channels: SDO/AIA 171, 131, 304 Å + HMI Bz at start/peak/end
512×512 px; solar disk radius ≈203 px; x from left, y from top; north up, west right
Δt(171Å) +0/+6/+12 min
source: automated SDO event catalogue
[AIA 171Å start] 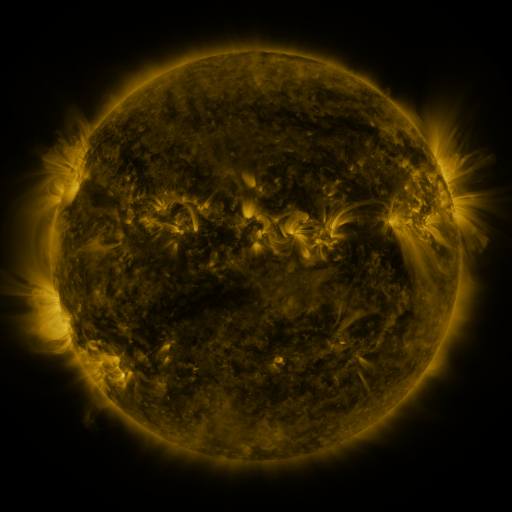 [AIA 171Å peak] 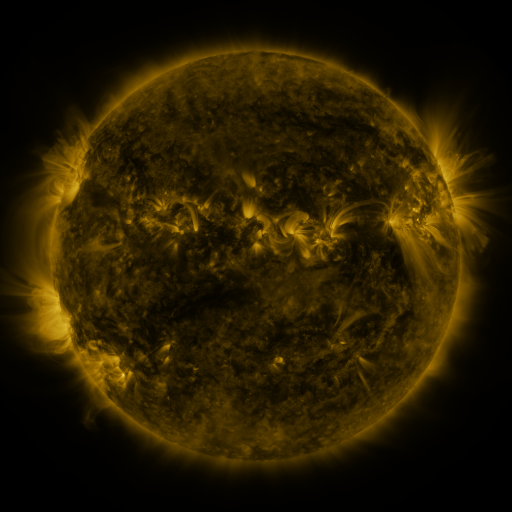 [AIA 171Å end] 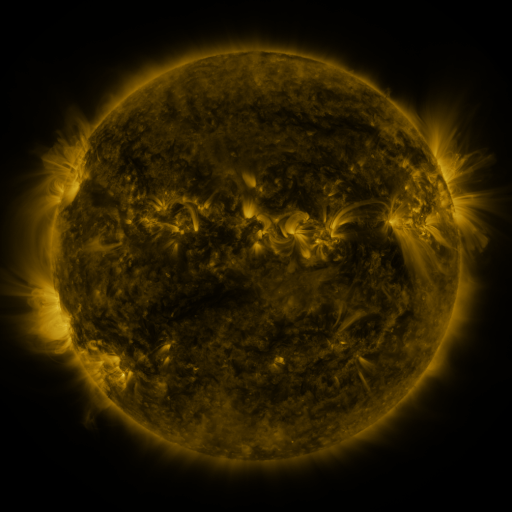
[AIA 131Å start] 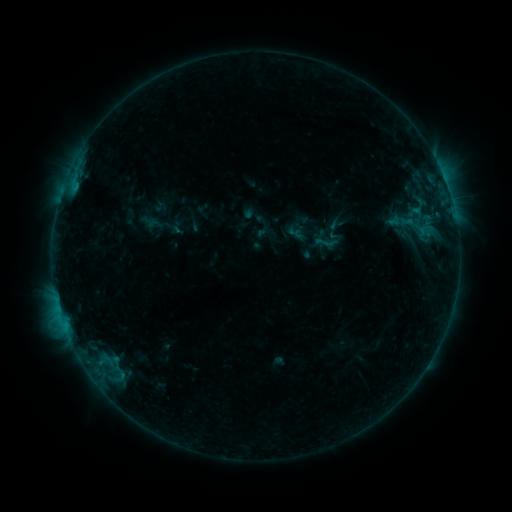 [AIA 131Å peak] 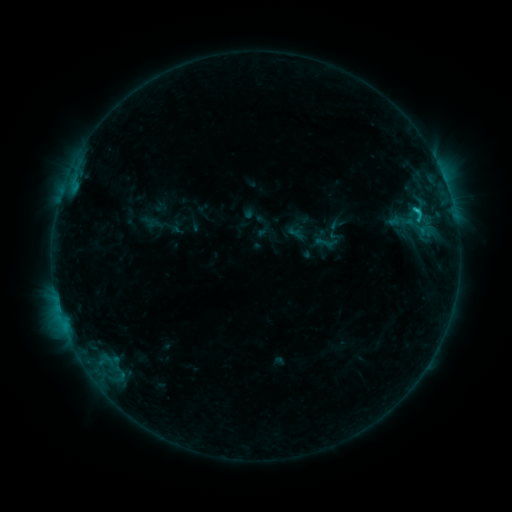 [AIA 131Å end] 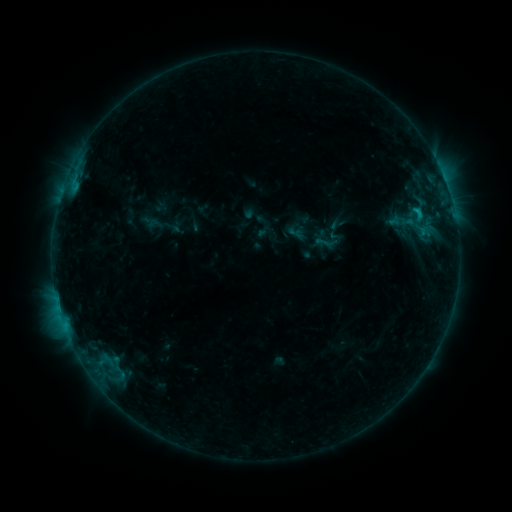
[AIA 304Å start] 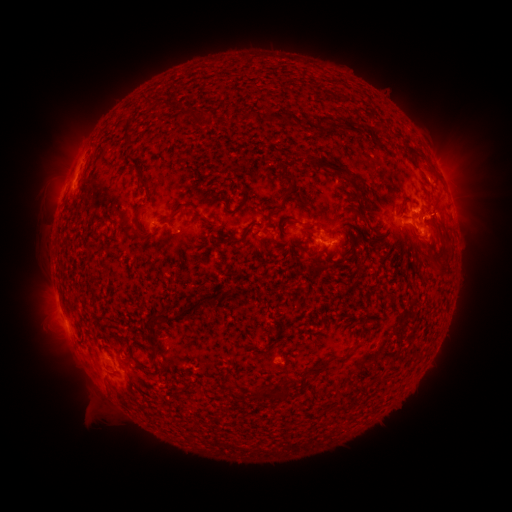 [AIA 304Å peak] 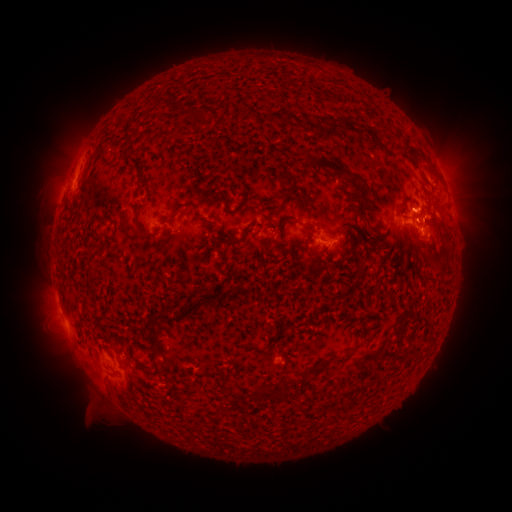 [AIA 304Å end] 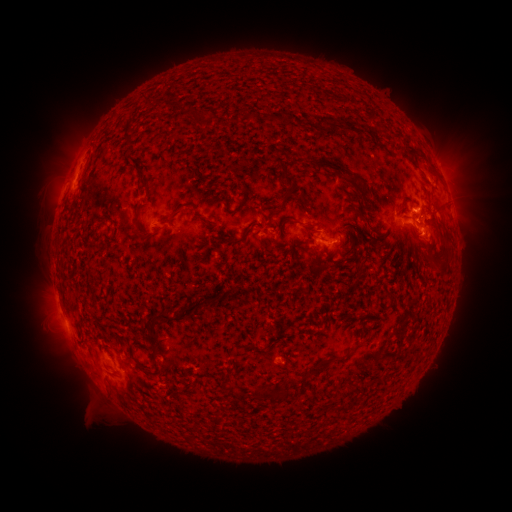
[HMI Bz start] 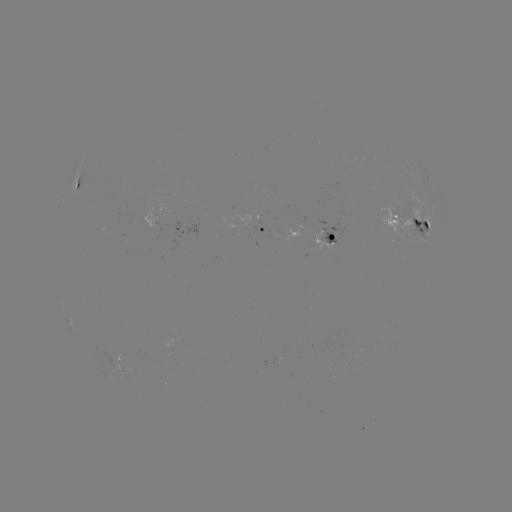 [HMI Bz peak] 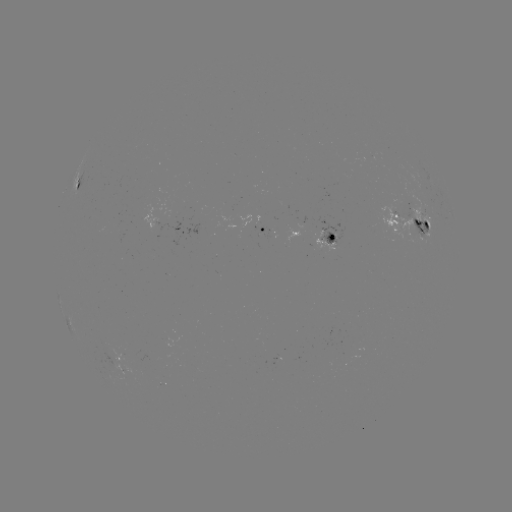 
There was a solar flare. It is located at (414, 213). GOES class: C1.3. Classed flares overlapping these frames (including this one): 1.